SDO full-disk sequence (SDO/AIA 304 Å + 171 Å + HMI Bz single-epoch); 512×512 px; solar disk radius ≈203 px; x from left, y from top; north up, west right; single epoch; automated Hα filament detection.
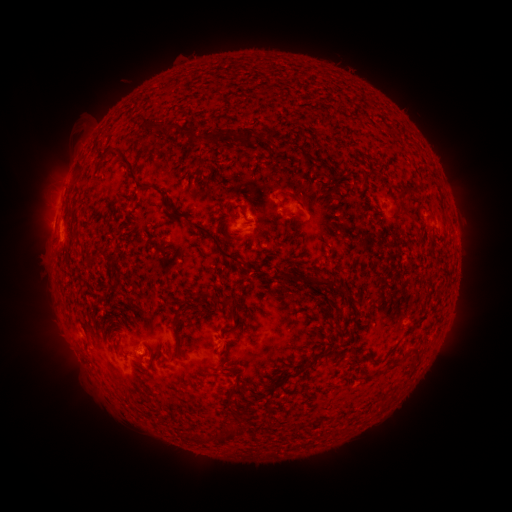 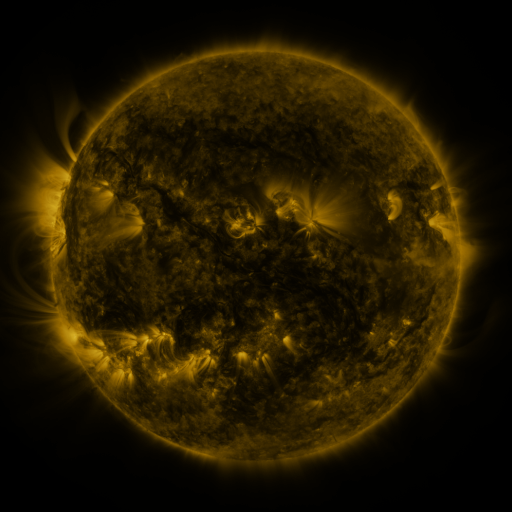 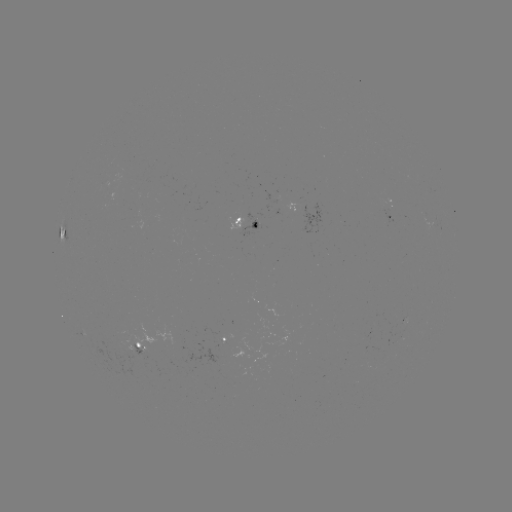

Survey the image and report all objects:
filament: (154, 128)
filament: (191, 134)
filament: (246, 139)
filament: (131, 173)
filament: (290, 194)
filament: (398, 194)
filament: (241, 209)
filament: (70, 214)
filament: (297, 216)
filament: (223, 222)
filament: (267, 232)
filament: (207, 233)
filament: (93, 260)
filament: (304, 282)
filament: (114, 287)
filament: (343, 290)
filament: (202, 297)
filament: (232, 317)
filament: (175, 326)
filament: (418, 352)
filament: (388, 355)
filament: (315, 360)
filament: (397, 362)
filament: (213, 439)
